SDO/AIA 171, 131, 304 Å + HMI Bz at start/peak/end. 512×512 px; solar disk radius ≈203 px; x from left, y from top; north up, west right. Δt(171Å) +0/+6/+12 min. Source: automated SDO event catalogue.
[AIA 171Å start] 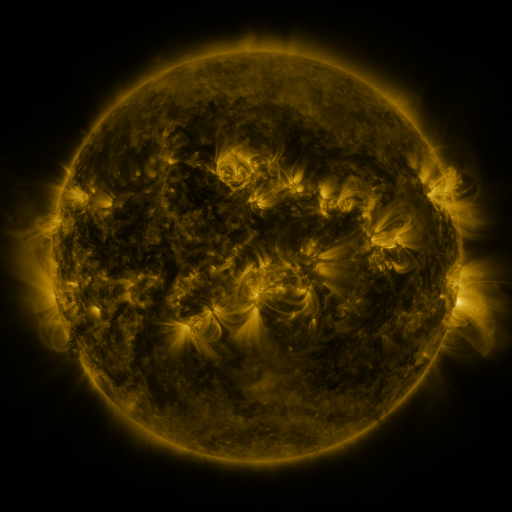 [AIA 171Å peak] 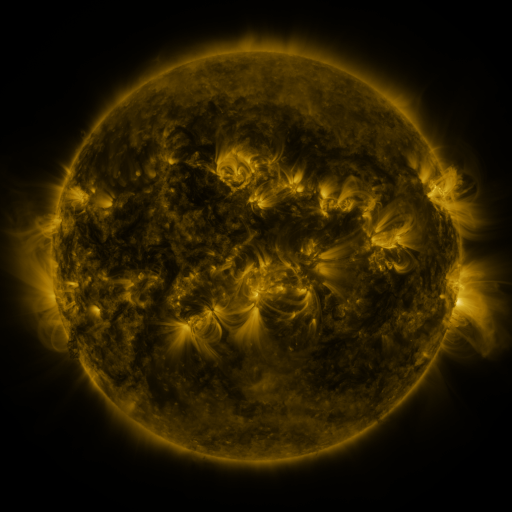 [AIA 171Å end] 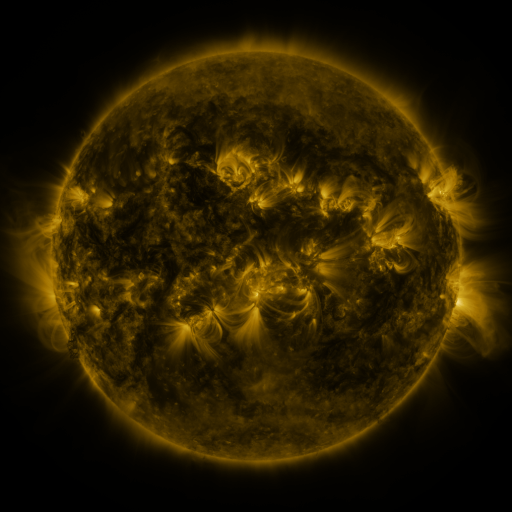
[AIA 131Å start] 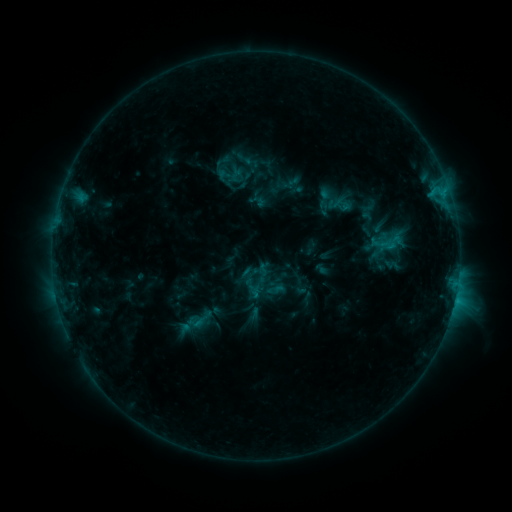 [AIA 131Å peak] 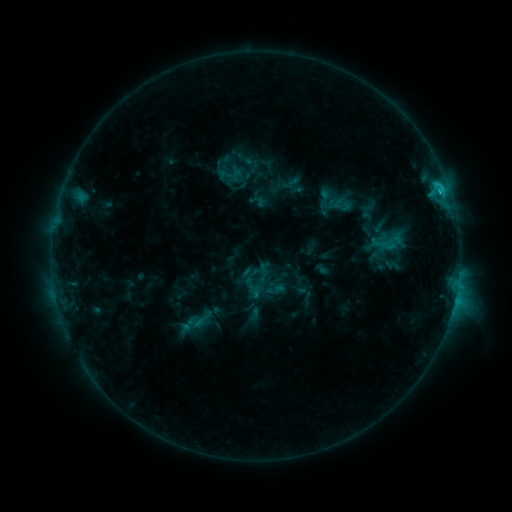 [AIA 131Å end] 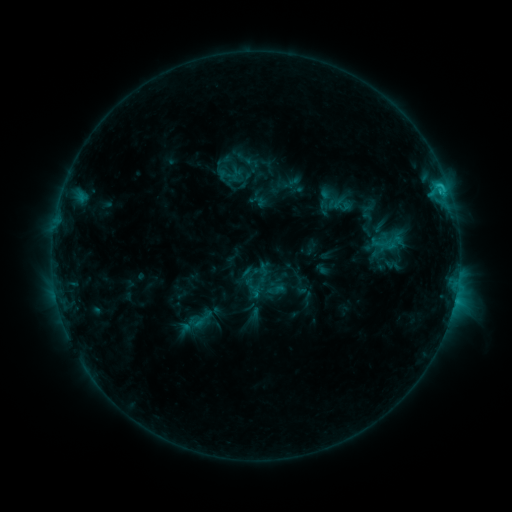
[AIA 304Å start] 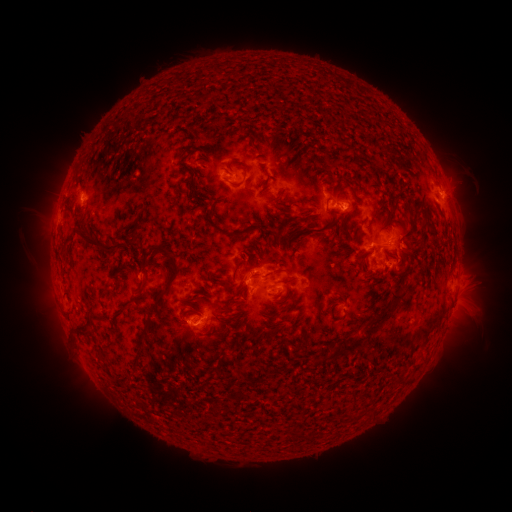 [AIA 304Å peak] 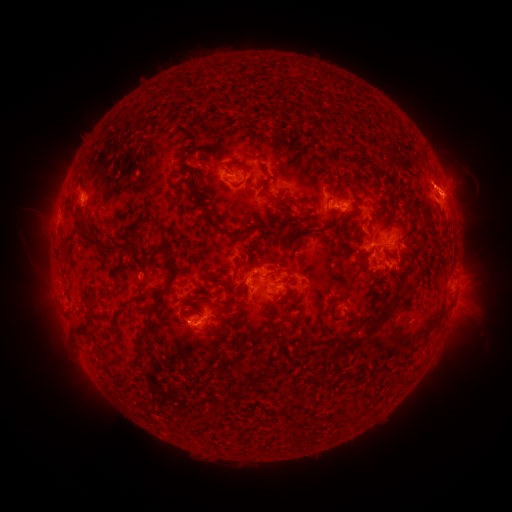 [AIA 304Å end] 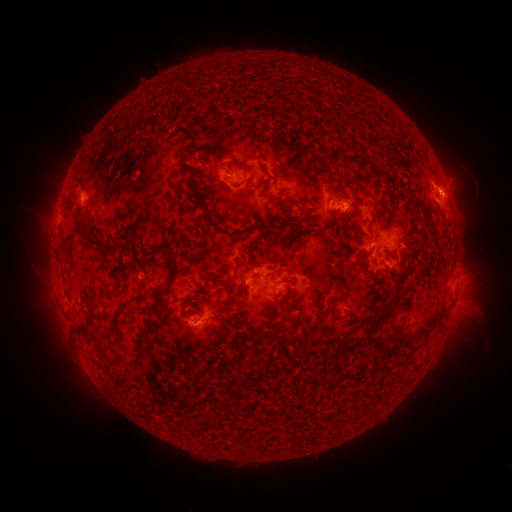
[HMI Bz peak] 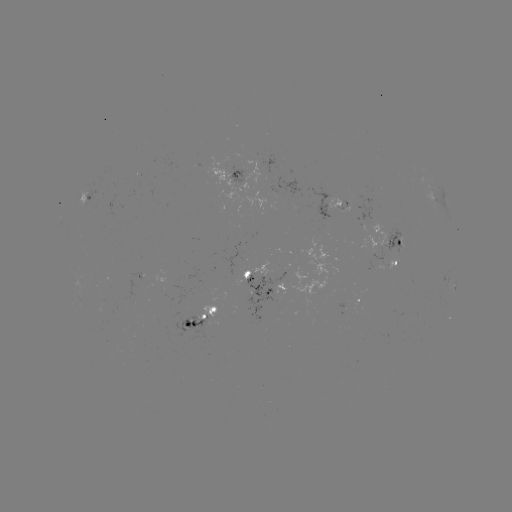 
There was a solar flare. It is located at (440, 192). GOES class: C1.7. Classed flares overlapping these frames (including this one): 1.